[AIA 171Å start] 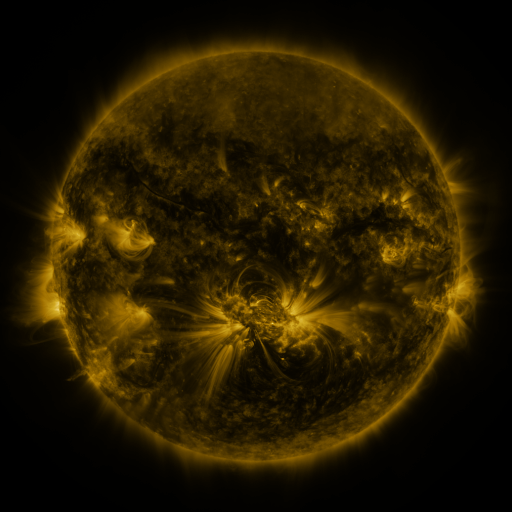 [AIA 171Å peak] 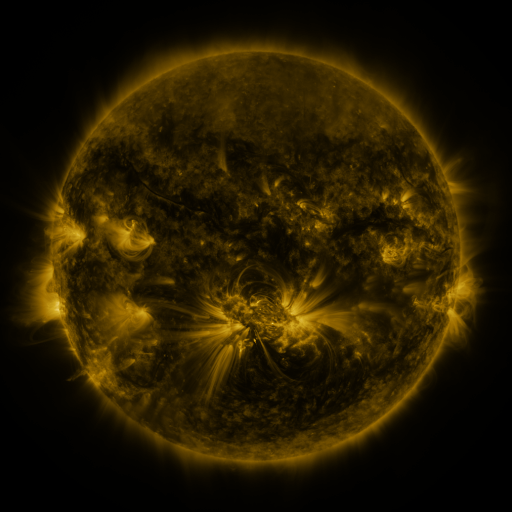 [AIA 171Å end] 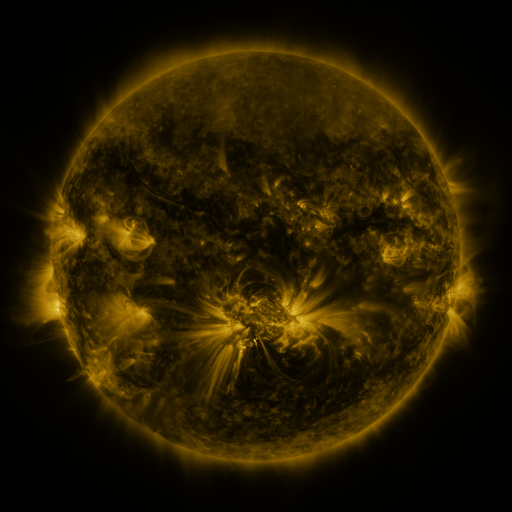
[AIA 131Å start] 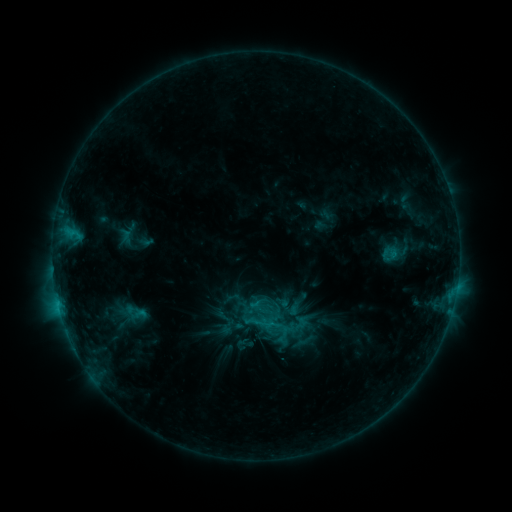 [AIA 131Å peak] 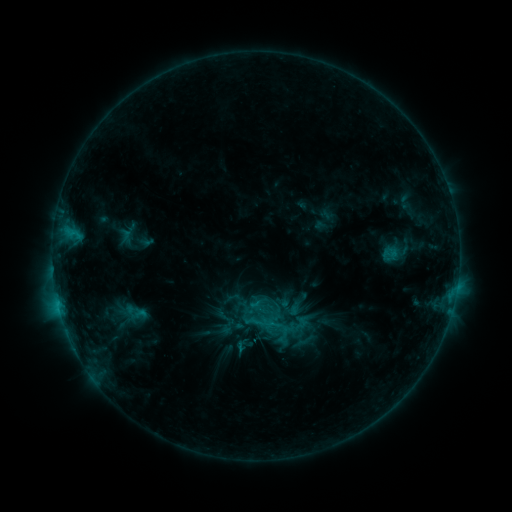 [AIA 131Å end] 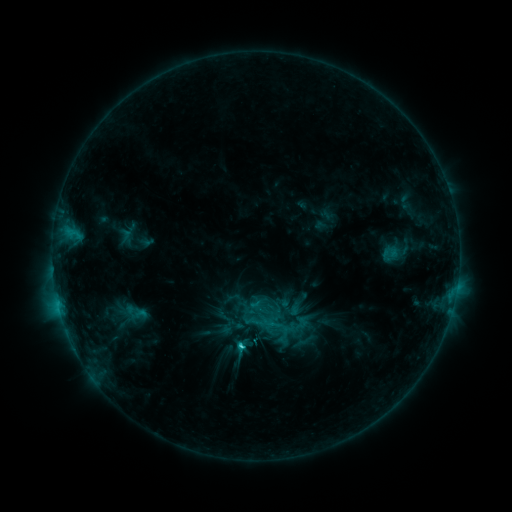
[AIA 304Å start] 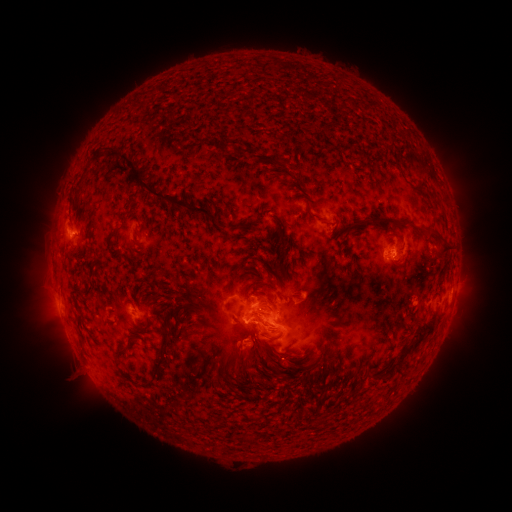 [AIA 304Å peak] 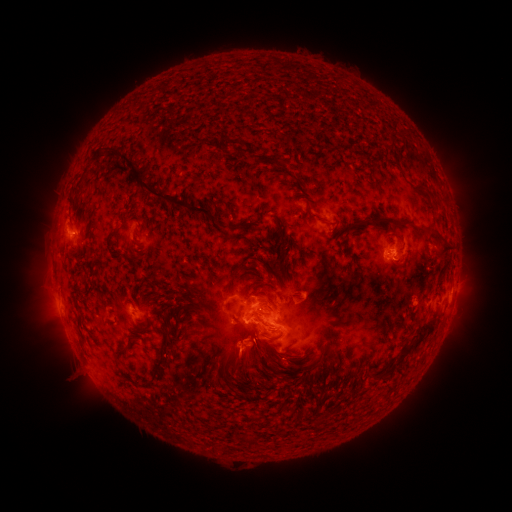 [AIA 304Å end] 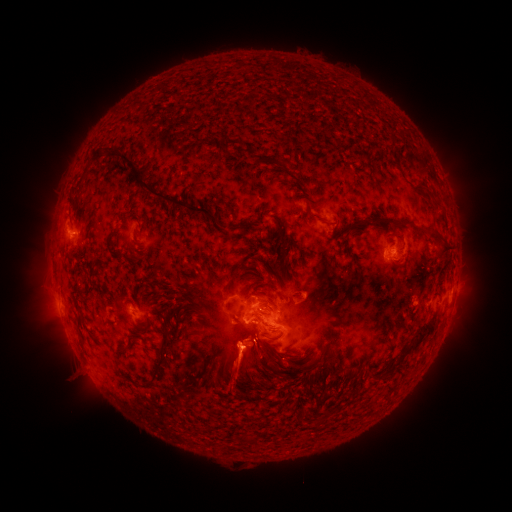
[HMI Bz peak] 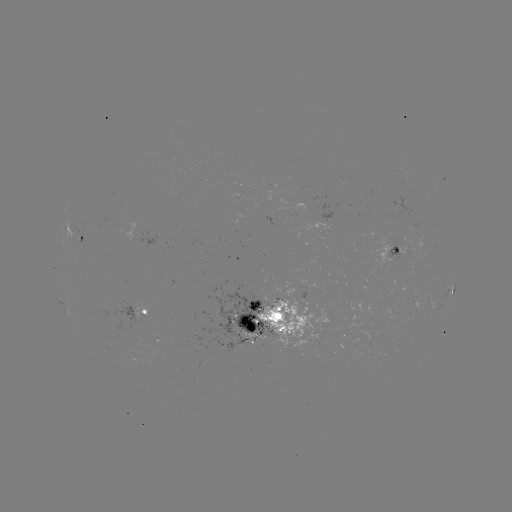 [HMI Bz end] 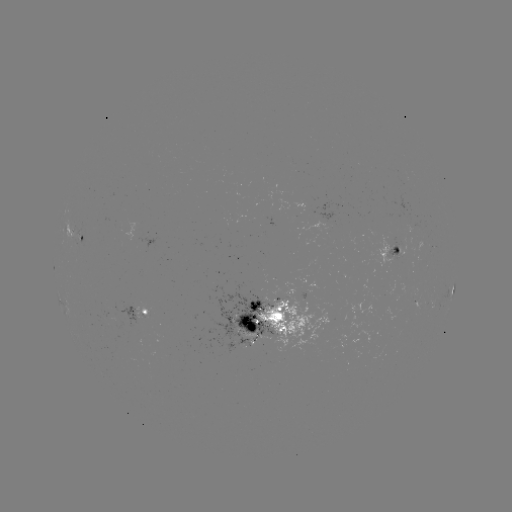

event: flare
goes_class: C3.3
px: (58, 302)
